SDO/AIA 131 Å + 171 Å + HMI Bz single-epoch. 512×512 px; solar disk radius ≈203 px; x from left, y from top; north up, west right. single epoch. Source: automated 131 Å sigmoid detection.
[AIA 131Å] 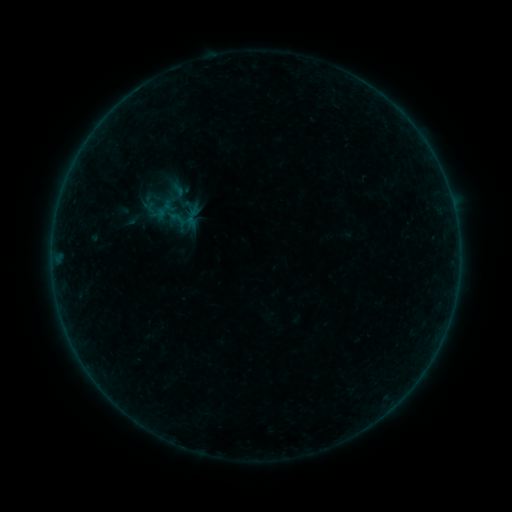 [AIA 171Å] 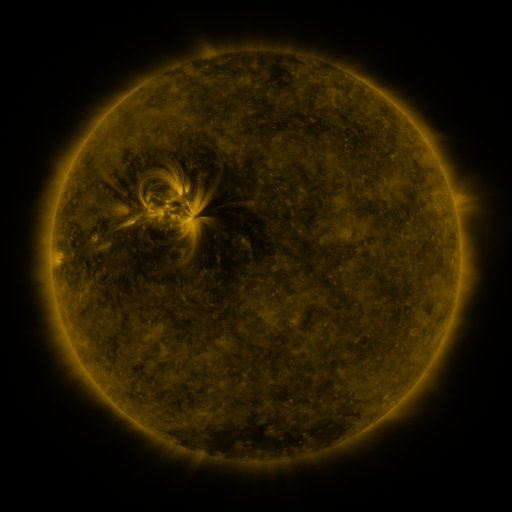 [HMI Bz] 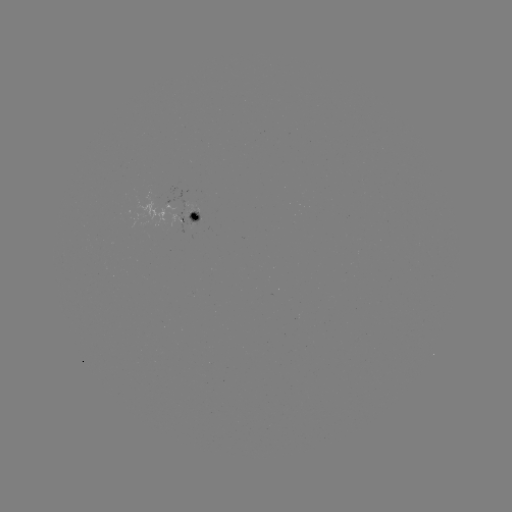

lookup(sigmoid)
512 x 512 178,190